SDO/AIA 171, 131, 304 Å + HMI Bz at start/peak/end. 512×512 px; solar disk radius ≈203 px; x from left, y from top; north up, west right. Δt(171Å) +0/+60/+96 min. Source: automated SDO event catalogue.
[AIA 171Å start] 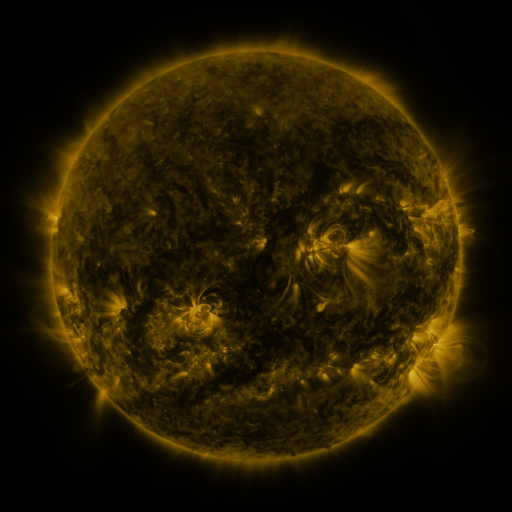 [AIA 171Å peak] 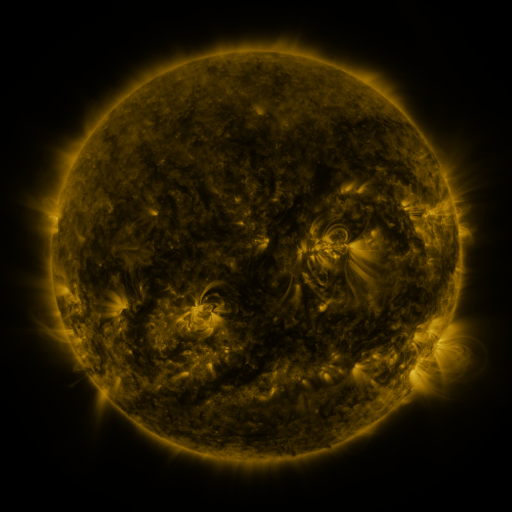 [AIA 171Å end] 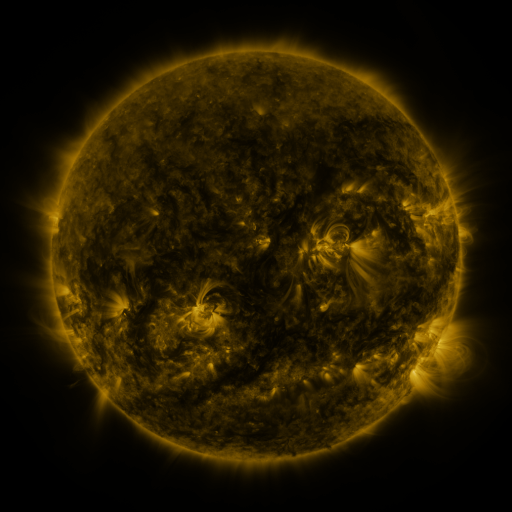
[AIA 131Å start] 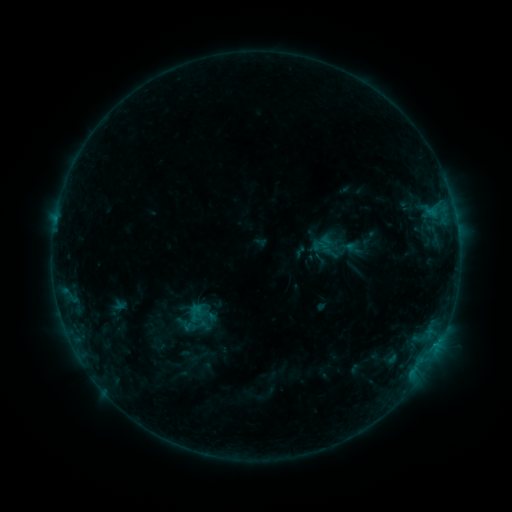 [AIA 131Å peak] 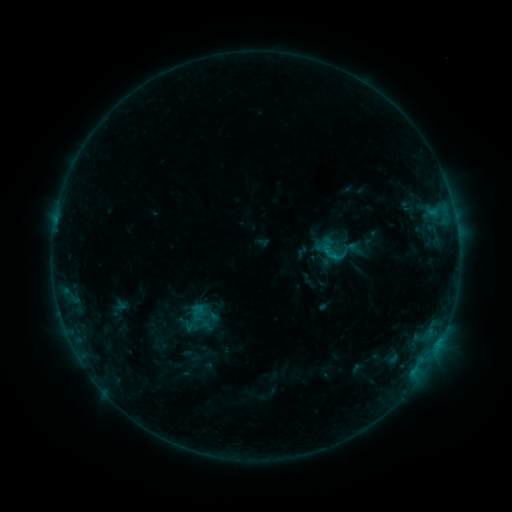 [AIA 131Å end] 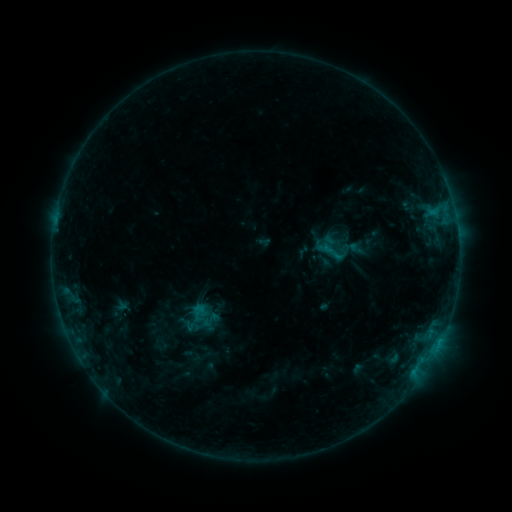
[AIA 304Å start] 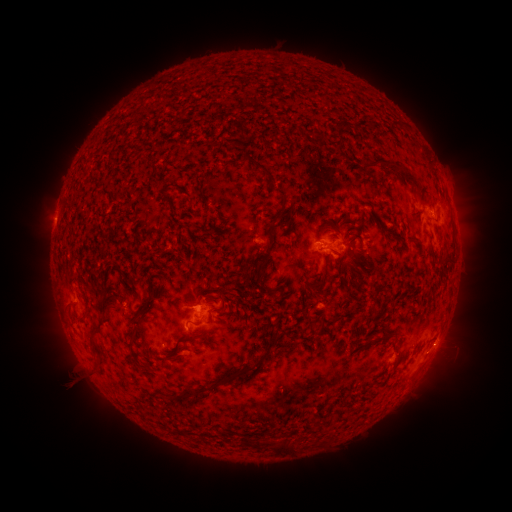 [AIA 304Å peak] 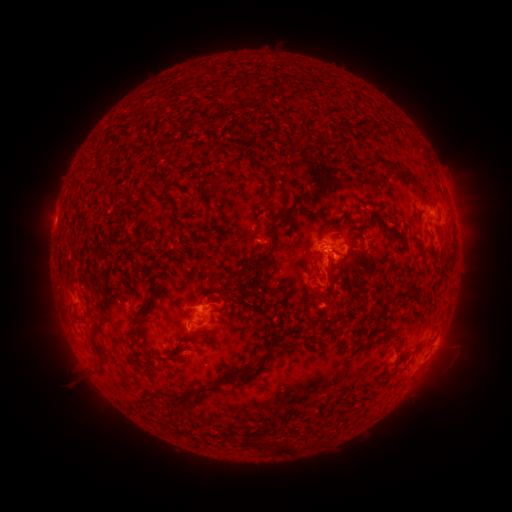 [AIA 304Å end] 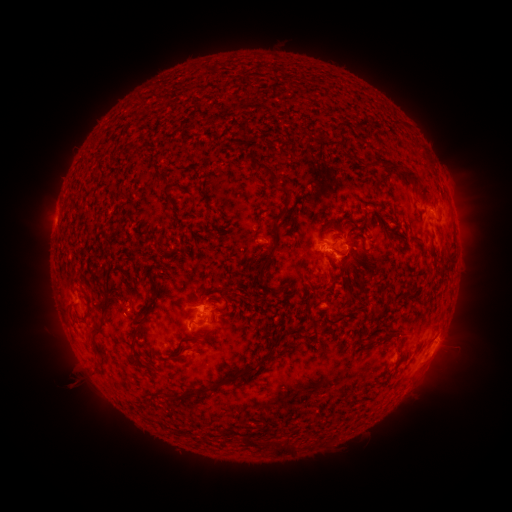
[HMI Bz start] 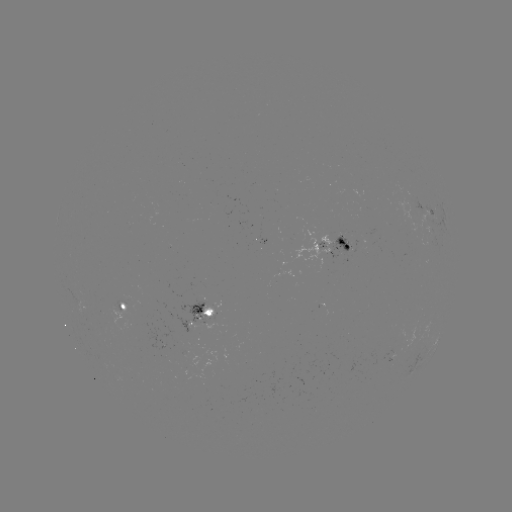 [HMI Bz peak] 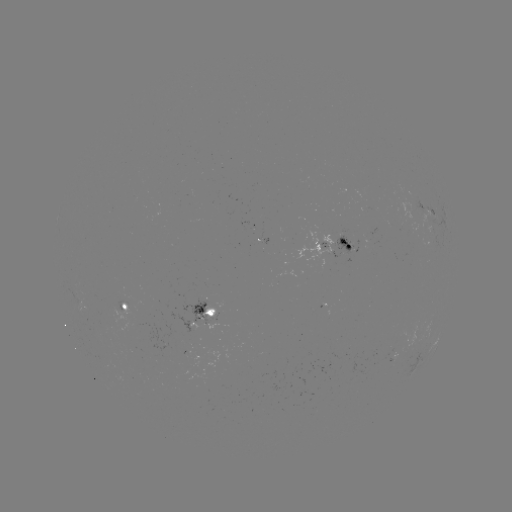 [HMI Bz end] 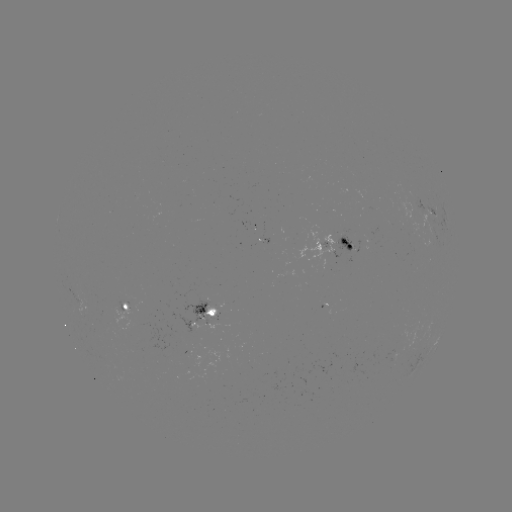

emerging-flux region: <bbox>357, 242, 367, 249</bbox>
